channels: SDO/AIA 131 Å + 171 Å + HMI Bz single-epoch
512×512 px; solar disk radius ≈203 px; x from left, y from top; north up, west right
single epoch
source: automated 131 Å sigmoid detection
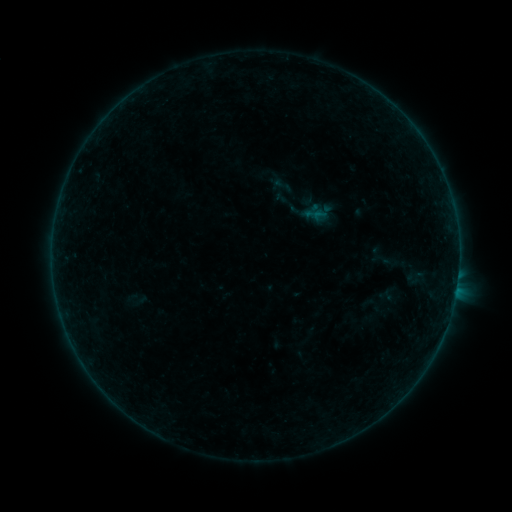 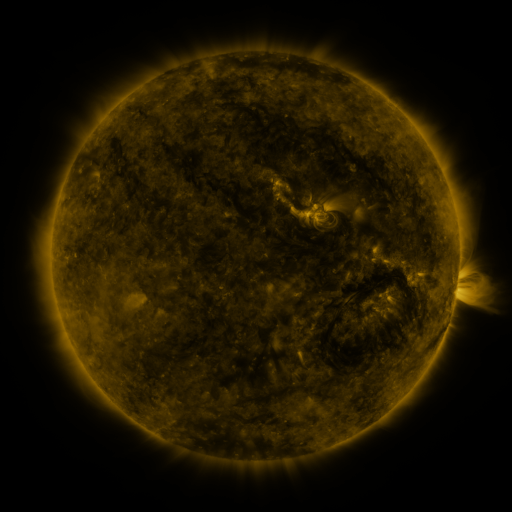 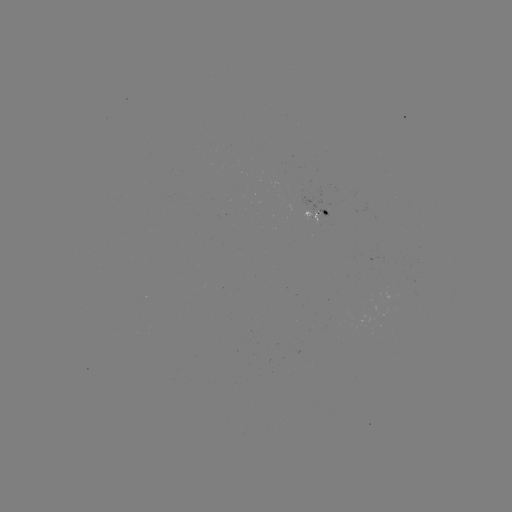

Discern sigmoid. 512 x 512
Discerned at (415, 276).